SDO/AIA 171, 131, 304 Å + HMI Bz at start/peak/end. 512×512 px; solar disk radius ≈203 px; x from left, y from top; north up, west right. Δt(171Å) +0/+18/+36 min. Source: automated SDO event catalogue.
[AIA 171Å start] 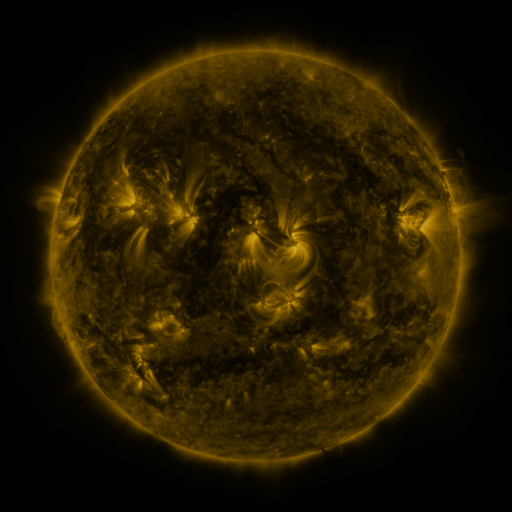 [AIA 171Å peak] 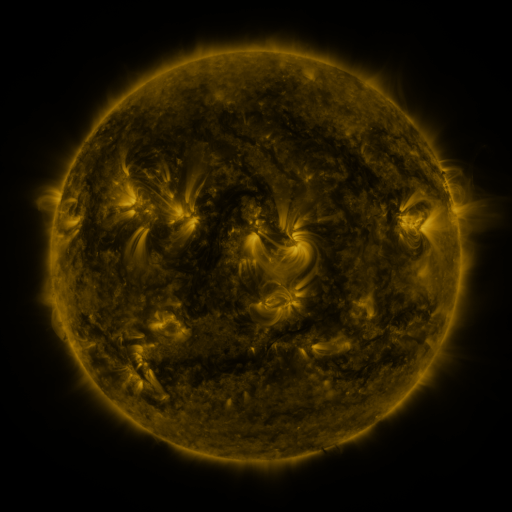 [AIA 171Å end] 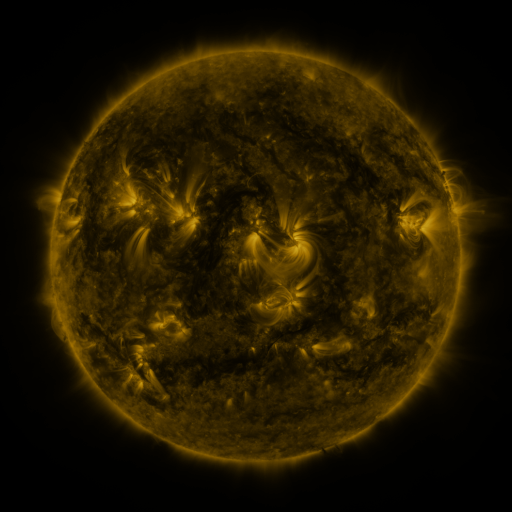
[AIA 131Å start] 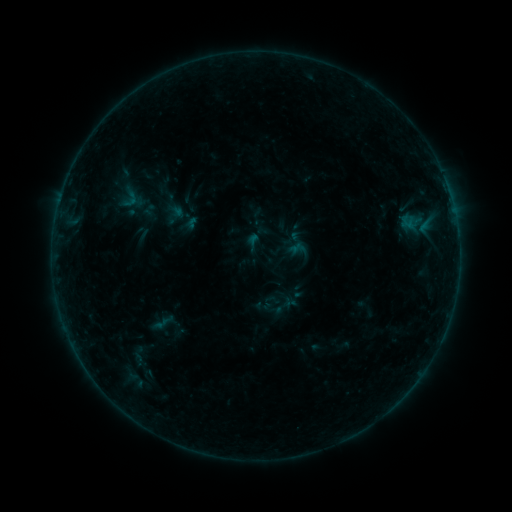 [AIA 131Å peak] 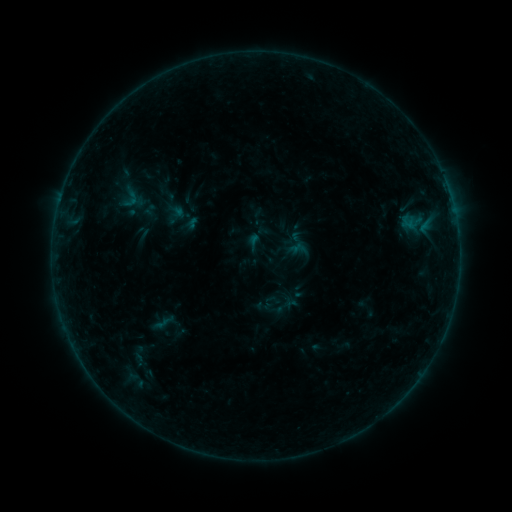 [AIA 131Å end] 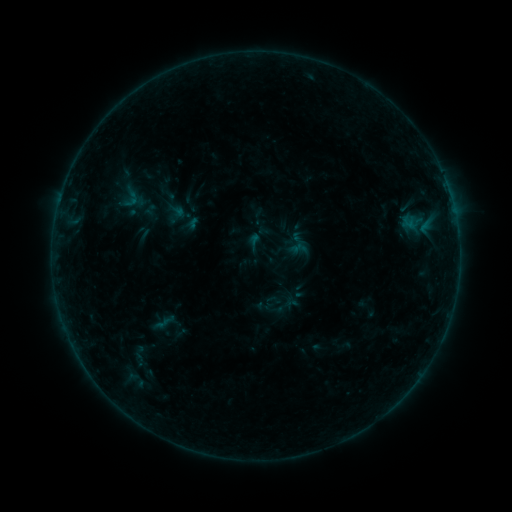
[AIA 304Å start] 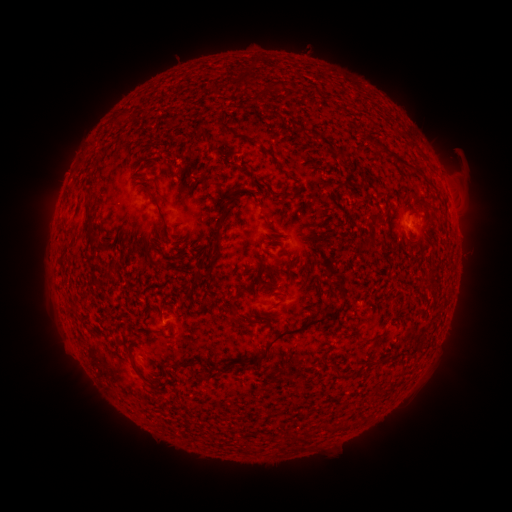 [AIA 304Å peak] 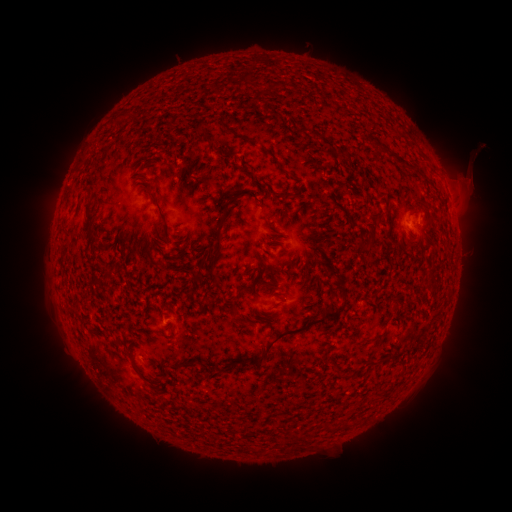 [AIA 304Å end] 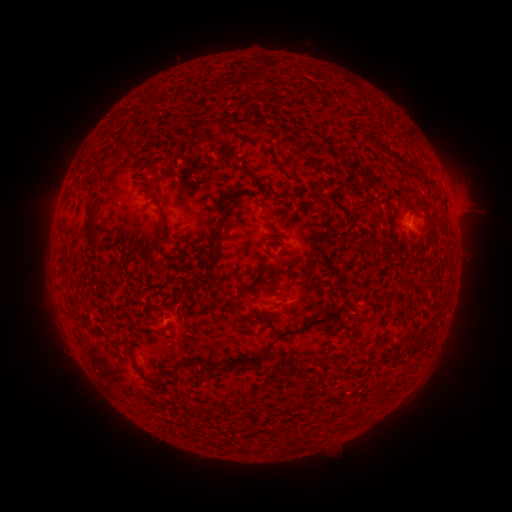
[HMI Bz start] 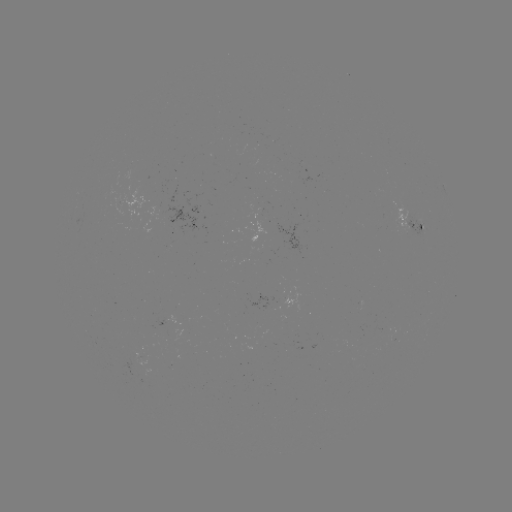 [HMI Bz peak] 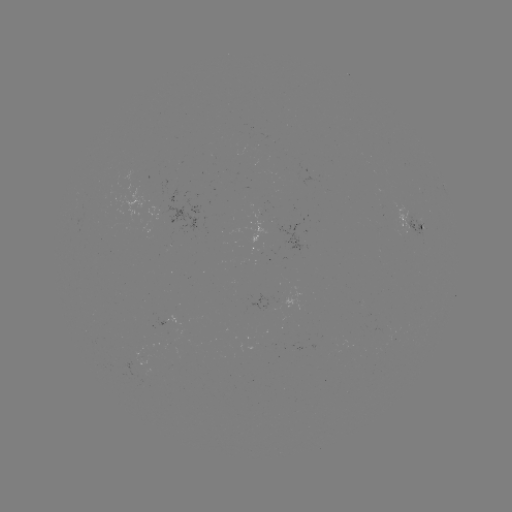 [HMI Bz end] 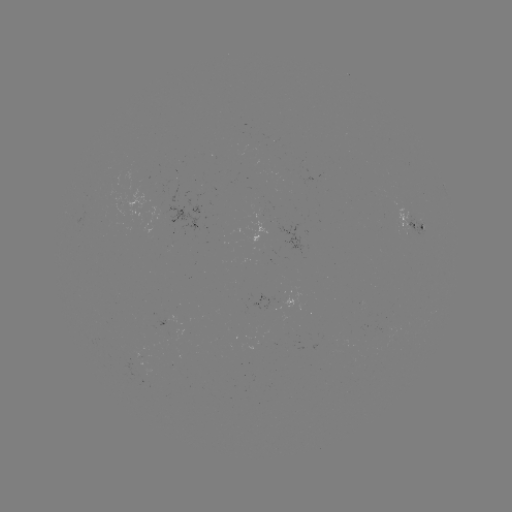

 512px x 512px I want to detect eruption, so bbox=[444, 135, 496, 223].